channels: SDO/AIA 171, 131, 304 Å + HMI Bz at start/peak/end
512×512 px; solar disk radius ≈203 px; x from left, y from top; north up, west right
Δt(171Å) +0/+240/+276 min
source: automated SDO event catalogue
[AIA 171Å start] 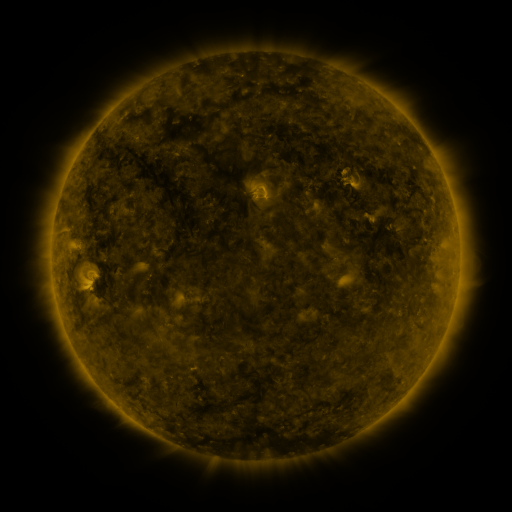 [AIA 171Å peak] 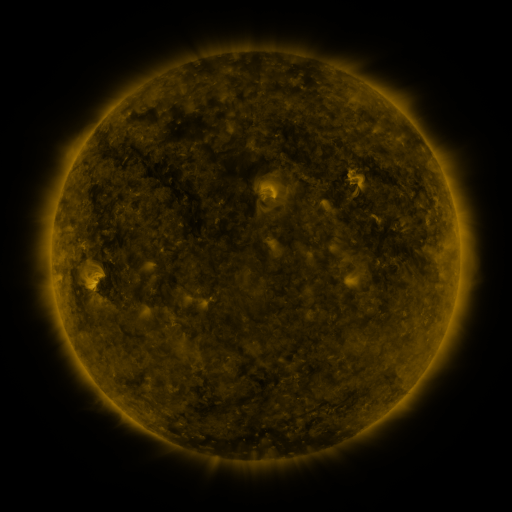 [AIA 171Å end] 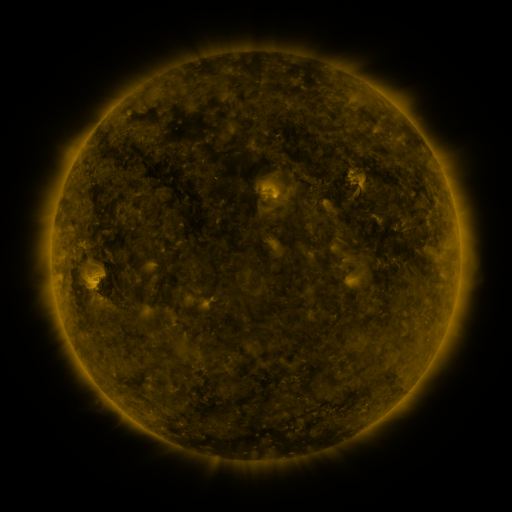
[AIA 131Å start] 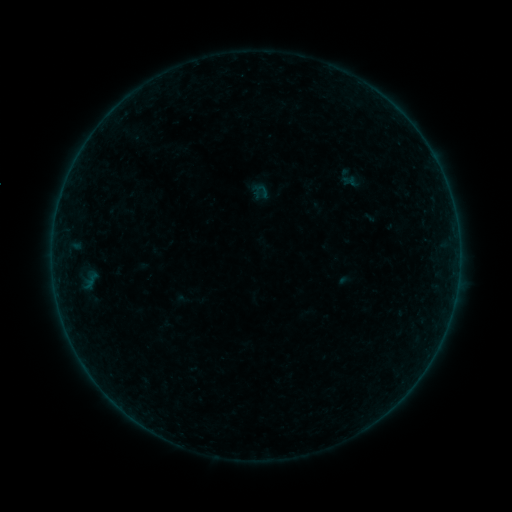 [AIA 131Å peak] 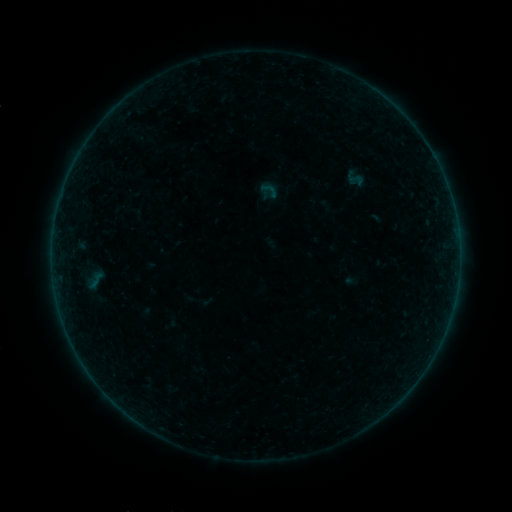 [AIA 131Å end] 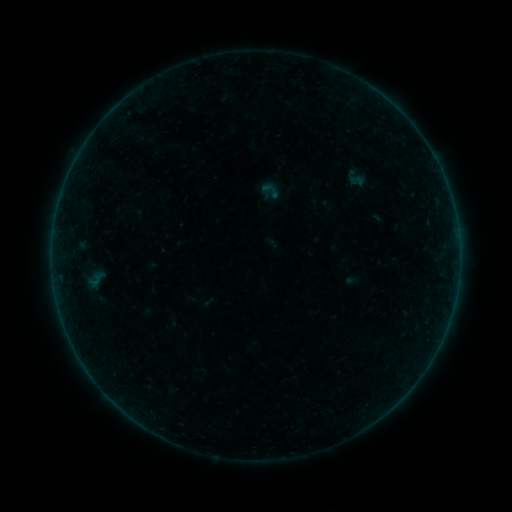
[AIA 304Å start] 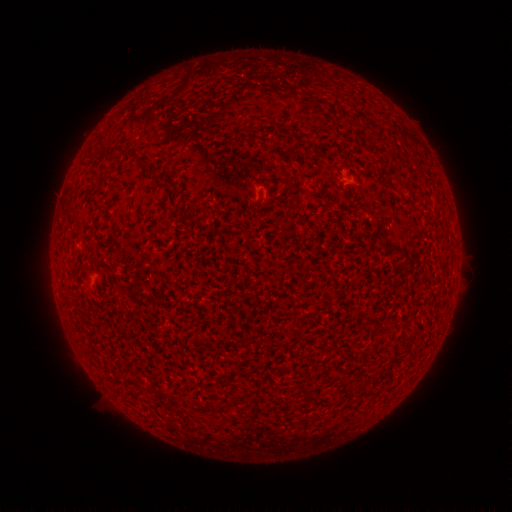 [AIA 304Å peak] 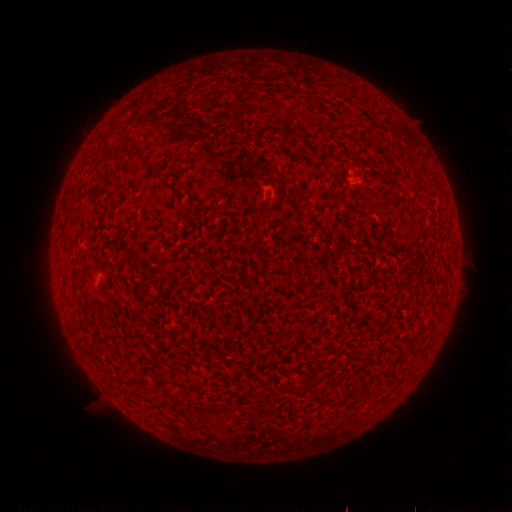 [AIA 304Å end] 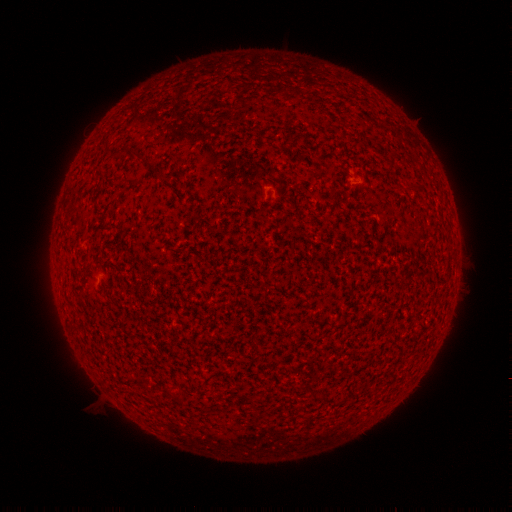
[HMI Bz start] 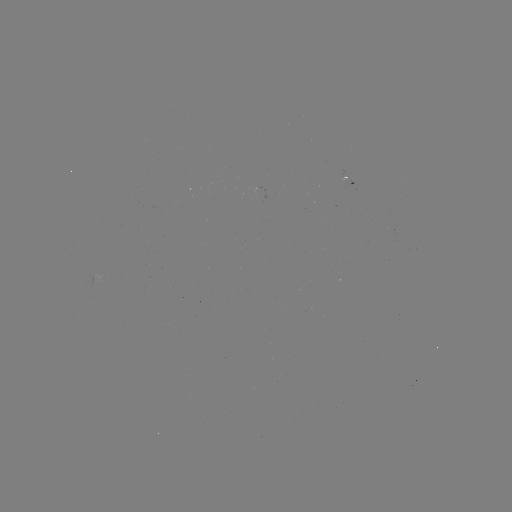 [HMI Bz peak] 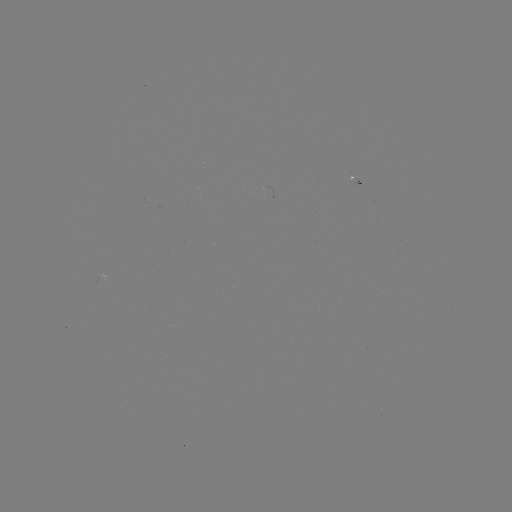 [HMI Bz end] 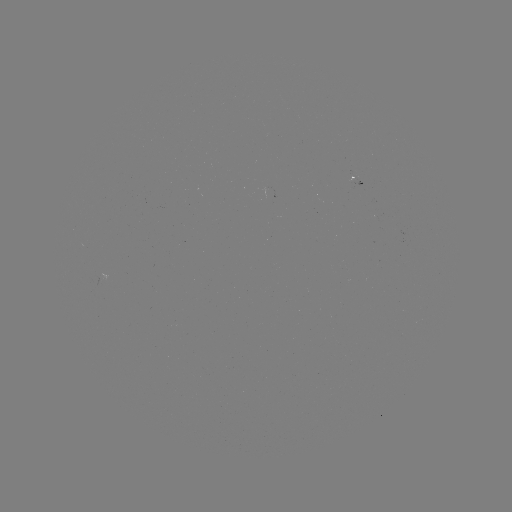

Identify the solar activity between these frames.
emerging-flux region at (351, 183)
